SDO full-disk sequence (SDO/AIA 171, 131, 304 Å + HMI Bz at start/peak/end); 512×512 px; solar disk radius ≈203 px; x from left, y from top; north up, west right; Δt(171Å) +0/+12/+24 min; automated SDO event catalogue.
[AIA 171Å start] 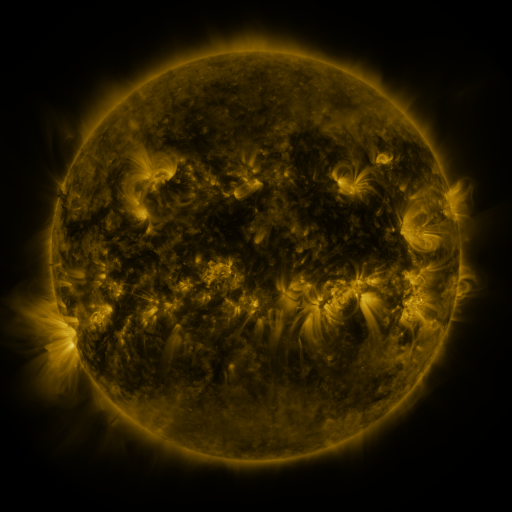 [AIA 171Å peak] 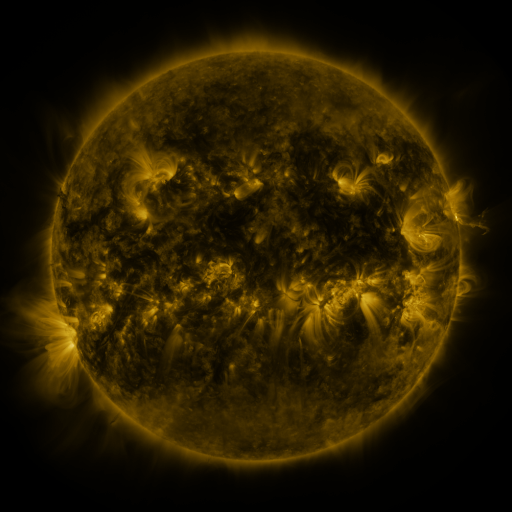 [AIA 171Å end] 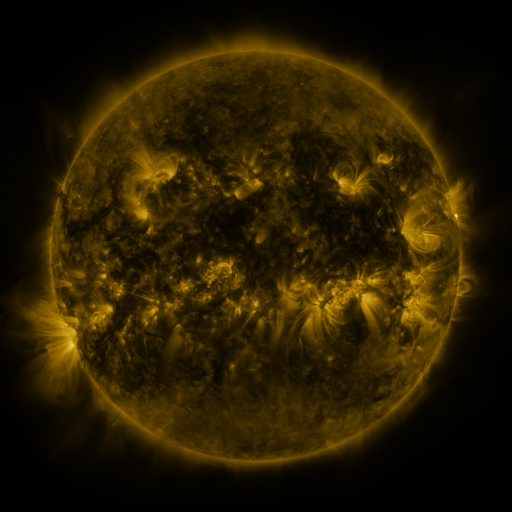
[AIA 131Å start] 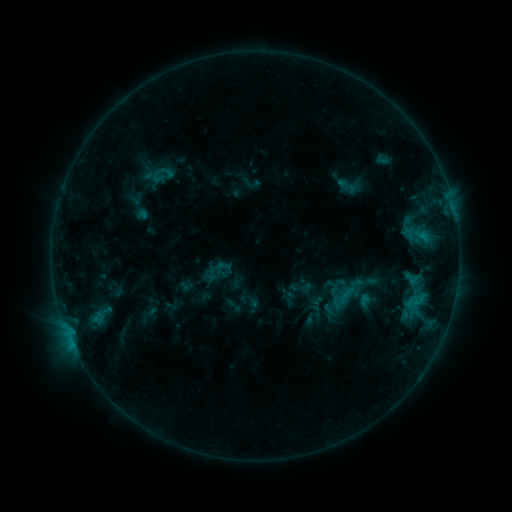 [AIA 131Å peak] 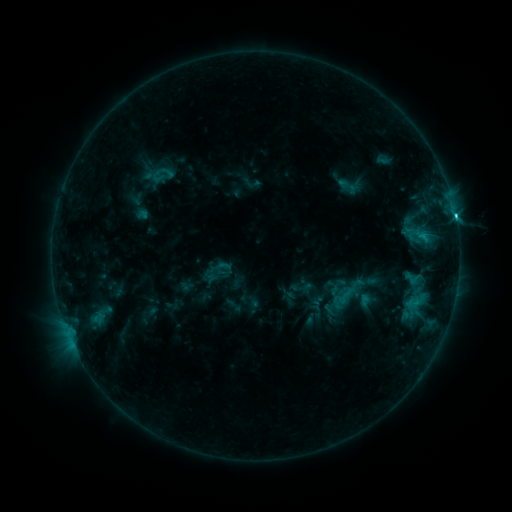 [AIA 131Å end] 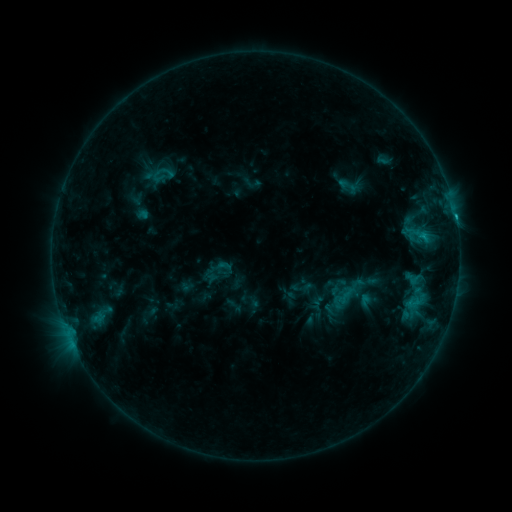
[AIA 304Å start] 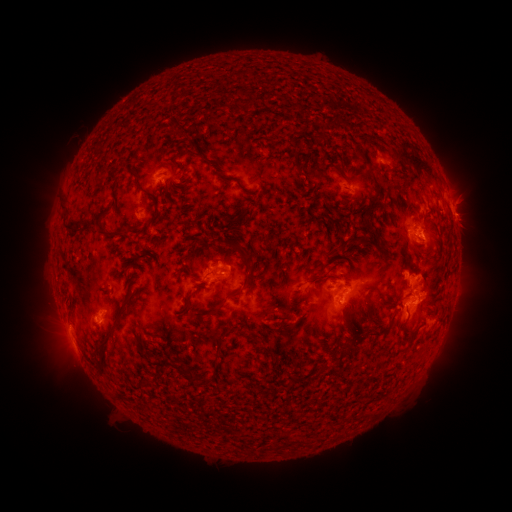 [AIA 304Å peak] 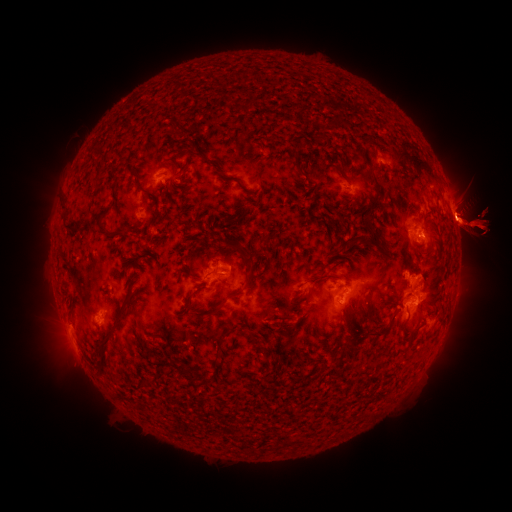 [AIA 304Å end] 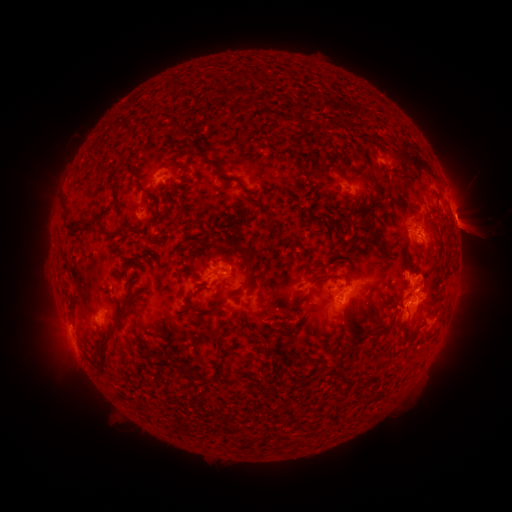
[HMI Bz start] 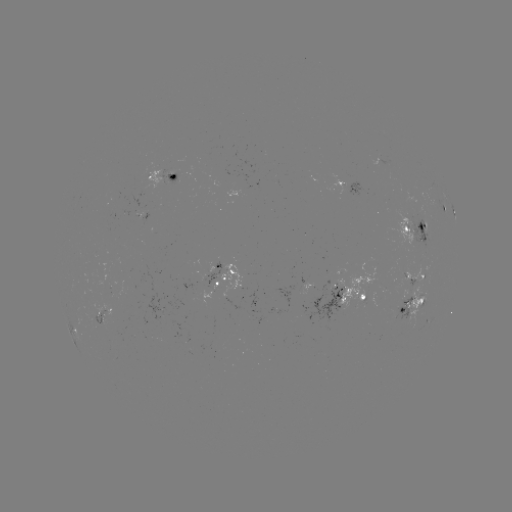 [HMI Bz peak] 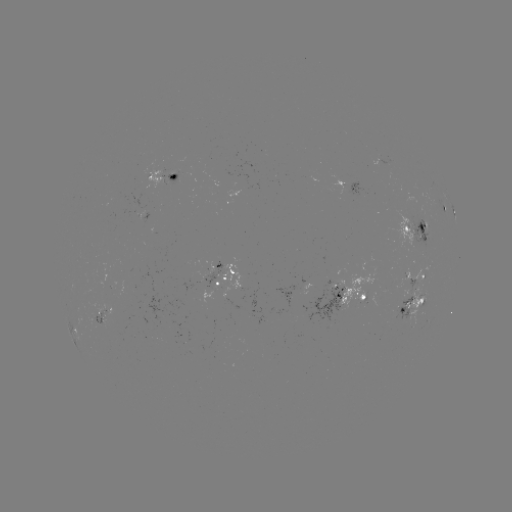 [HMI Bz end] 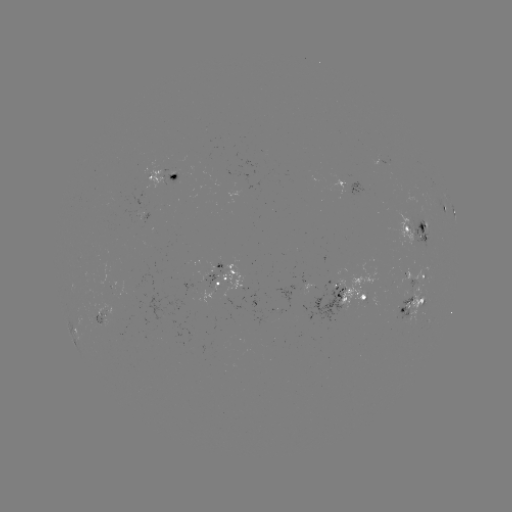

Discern eruption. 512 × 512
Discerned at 472,225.